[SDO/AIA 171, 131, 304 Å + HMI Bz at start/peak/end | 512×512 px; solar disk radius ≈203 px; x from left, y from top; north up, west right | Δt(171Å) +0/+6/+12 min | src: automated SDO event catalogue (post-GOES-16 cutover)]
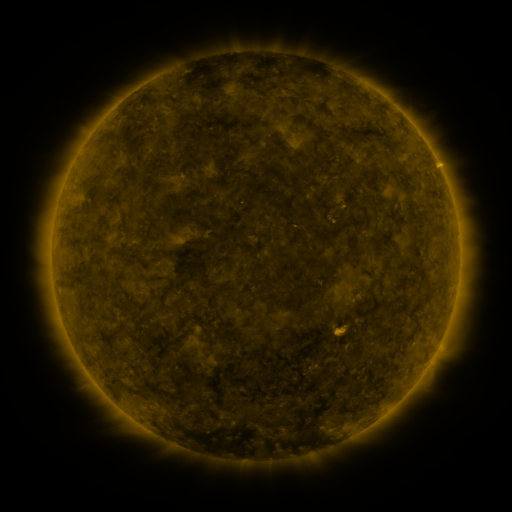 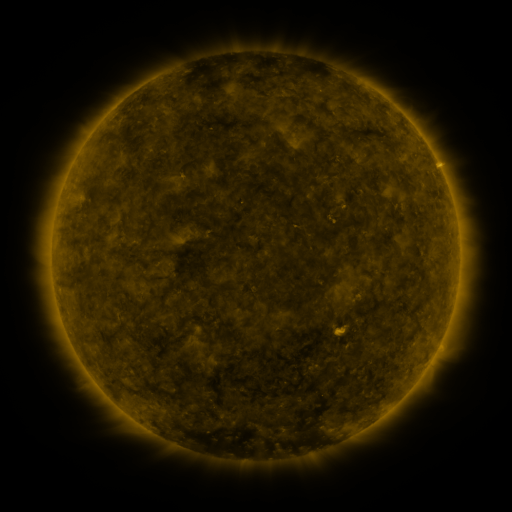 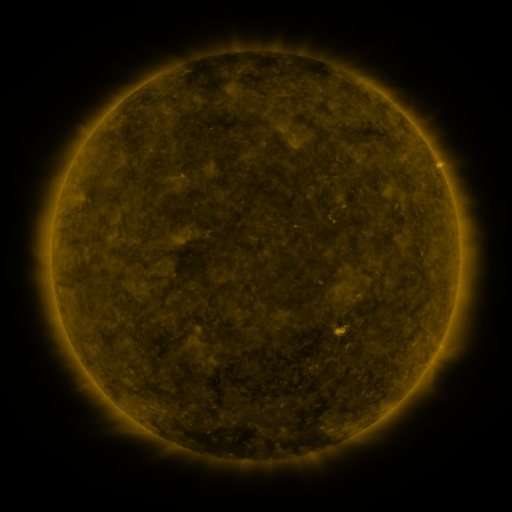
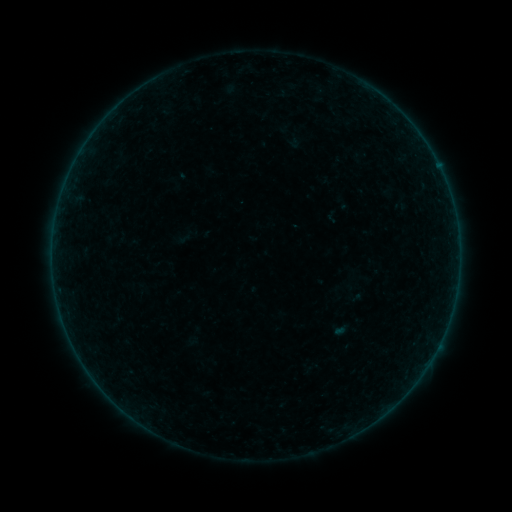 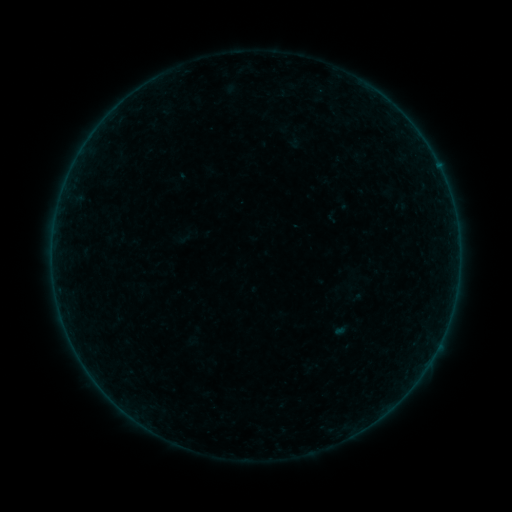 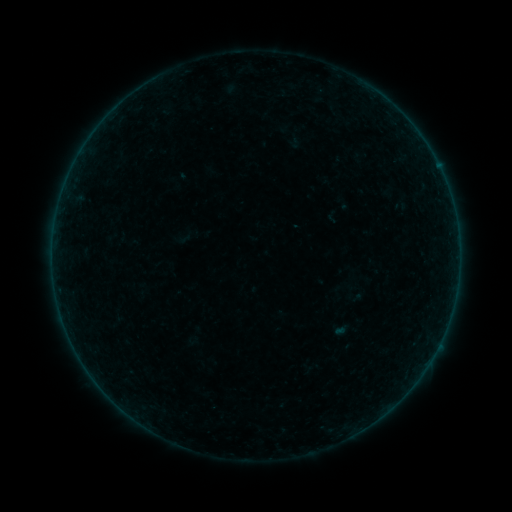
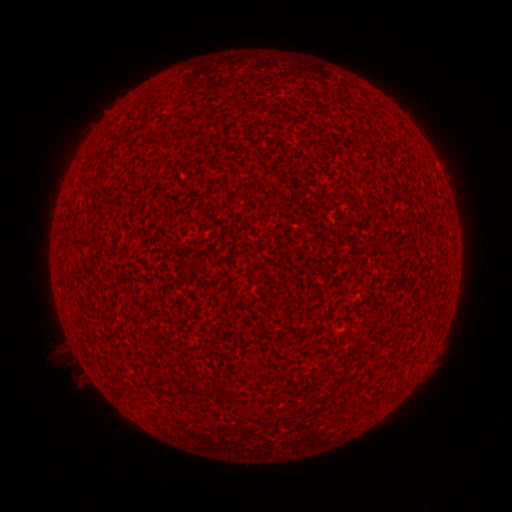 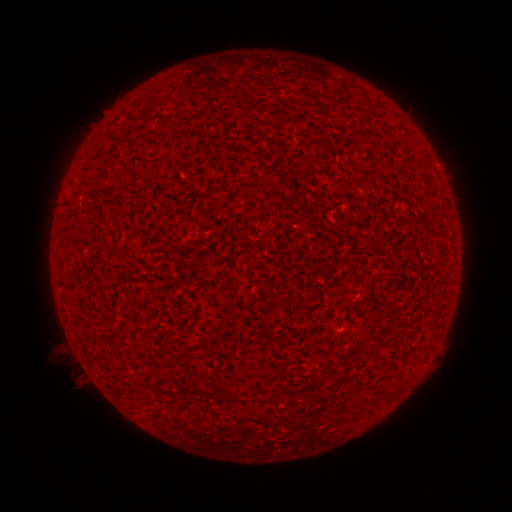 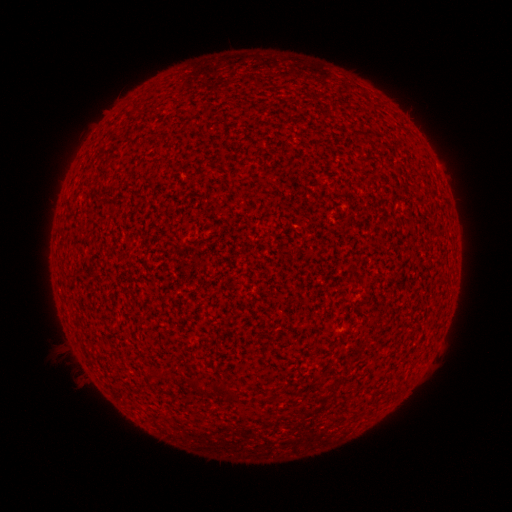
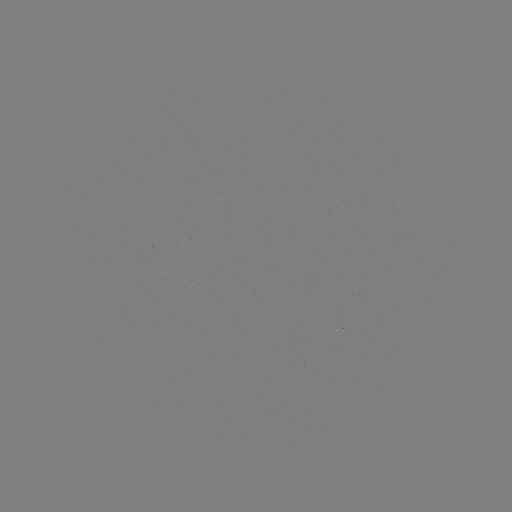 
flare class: A1.1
